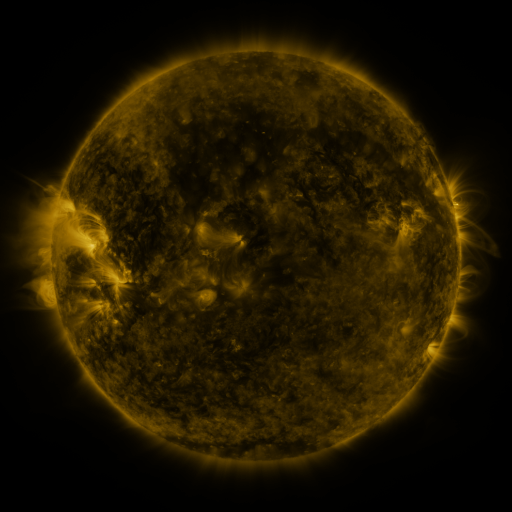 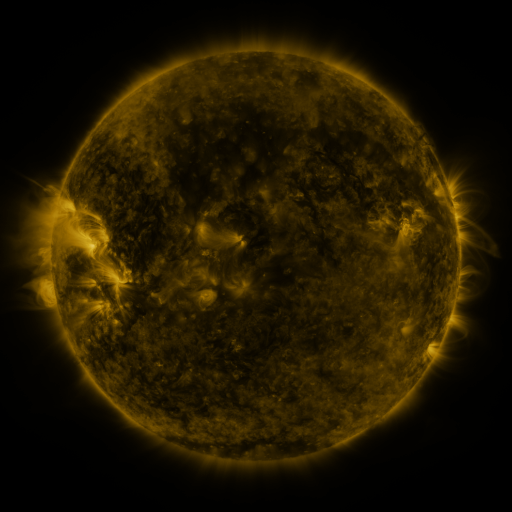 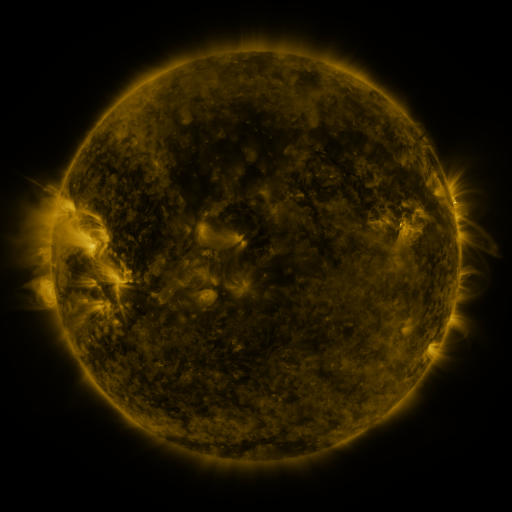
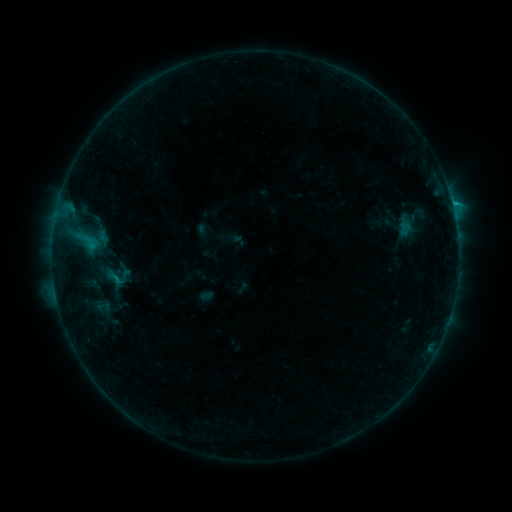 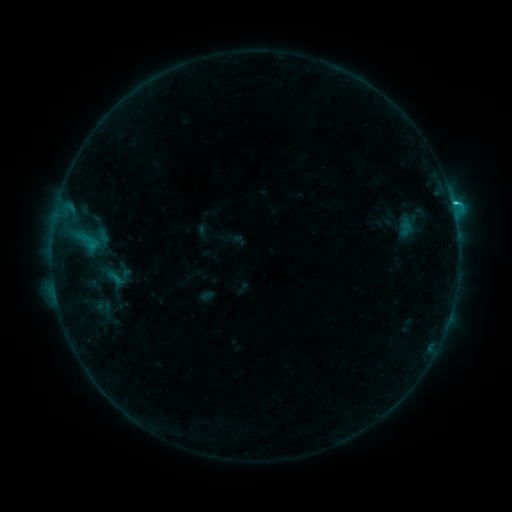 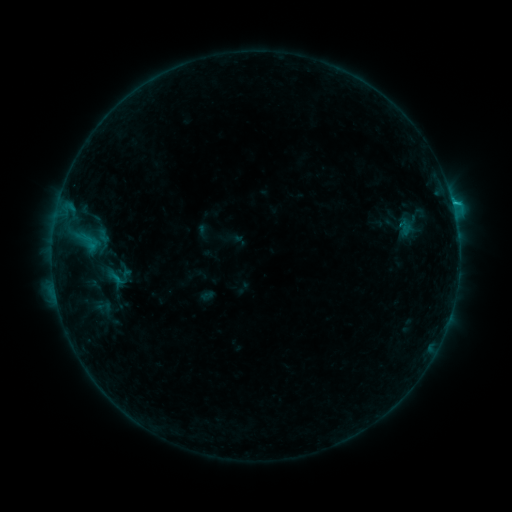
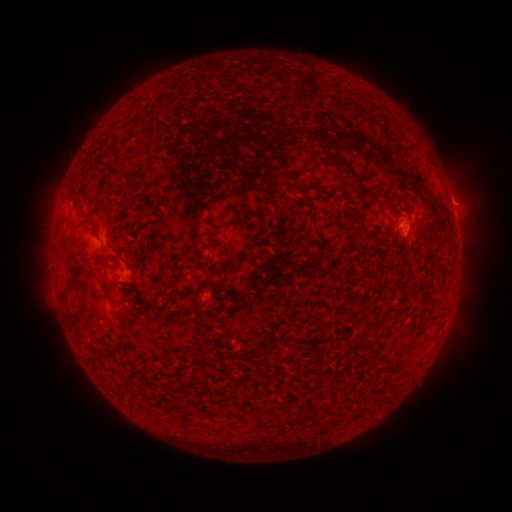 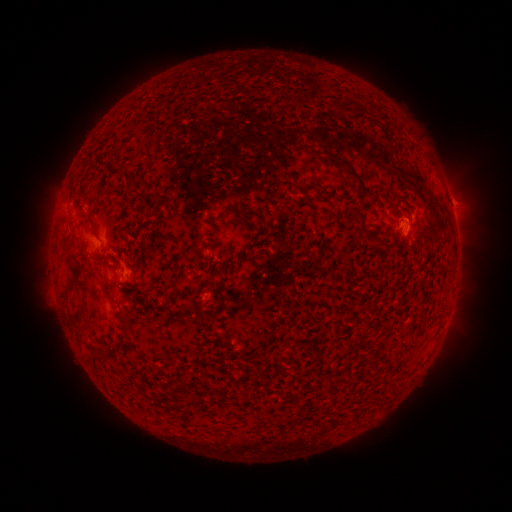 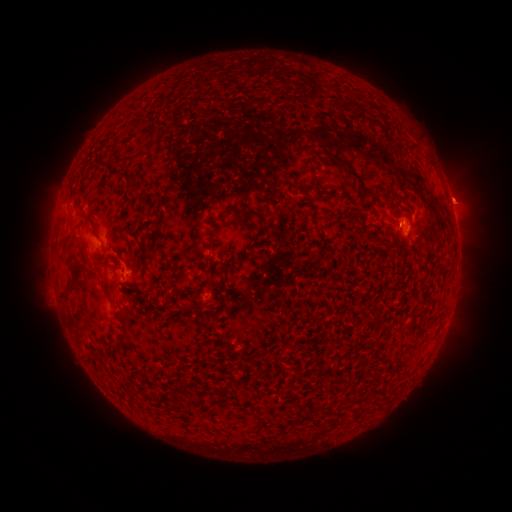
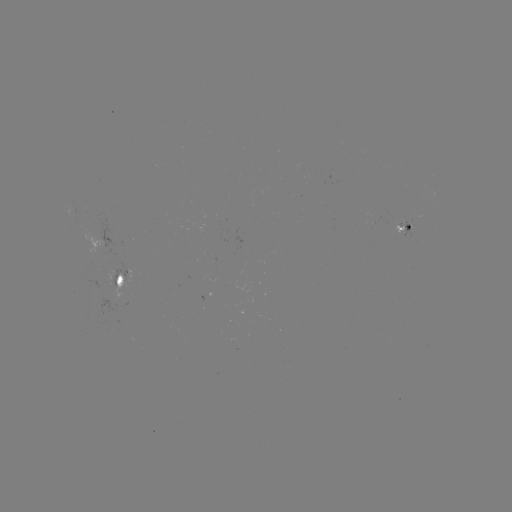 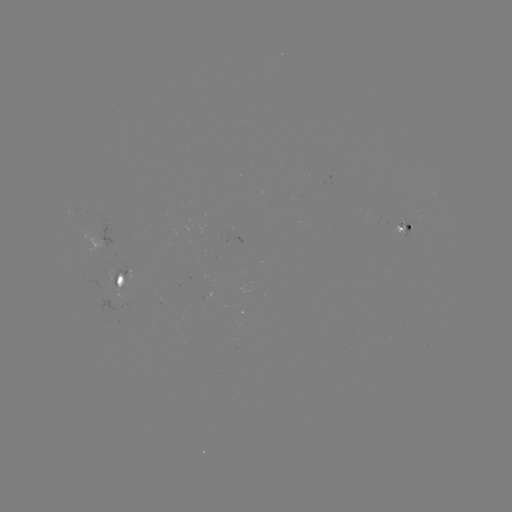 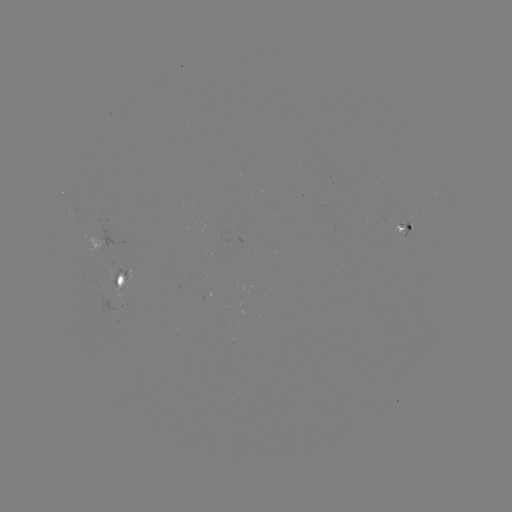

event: flare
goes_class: B9.2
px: (452, 203)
